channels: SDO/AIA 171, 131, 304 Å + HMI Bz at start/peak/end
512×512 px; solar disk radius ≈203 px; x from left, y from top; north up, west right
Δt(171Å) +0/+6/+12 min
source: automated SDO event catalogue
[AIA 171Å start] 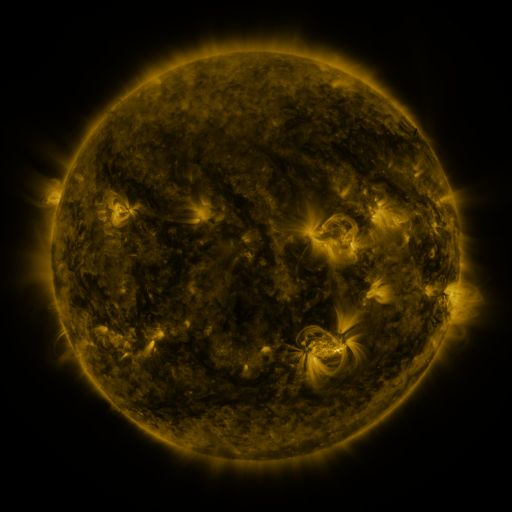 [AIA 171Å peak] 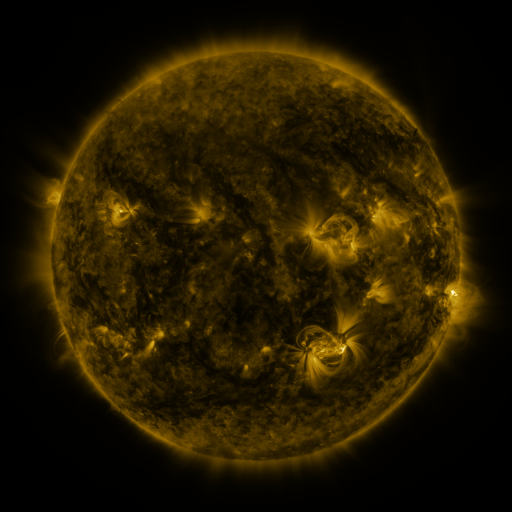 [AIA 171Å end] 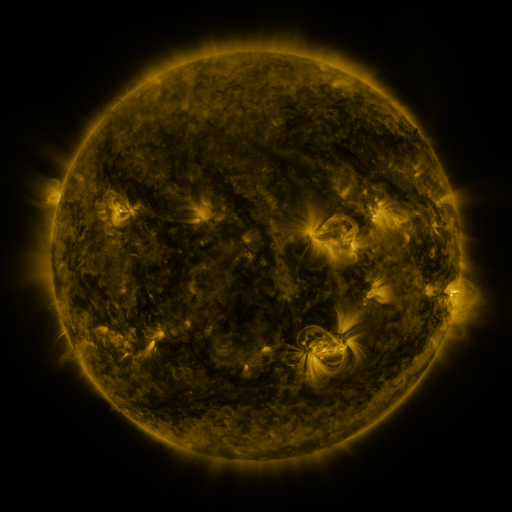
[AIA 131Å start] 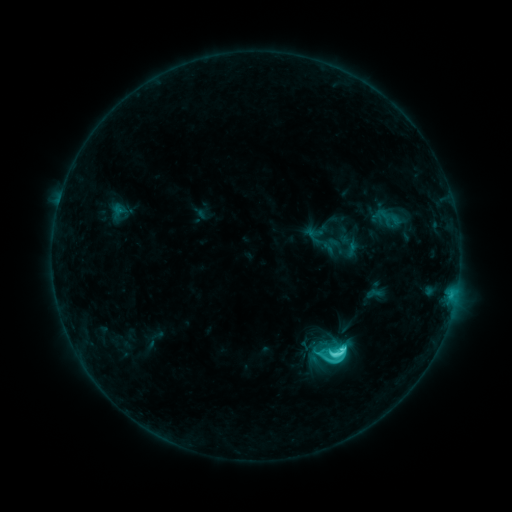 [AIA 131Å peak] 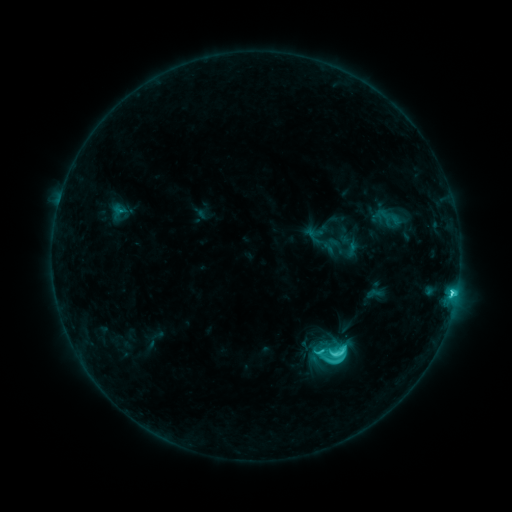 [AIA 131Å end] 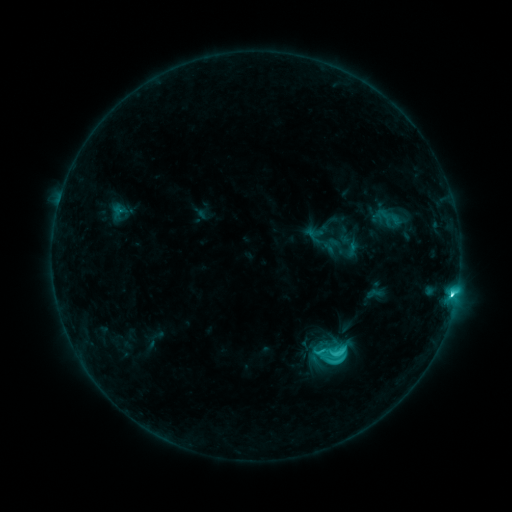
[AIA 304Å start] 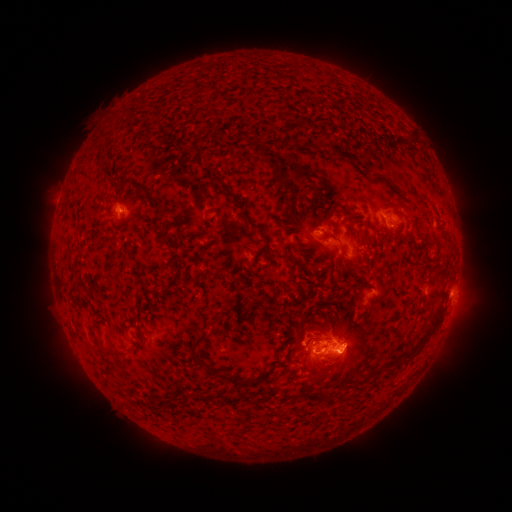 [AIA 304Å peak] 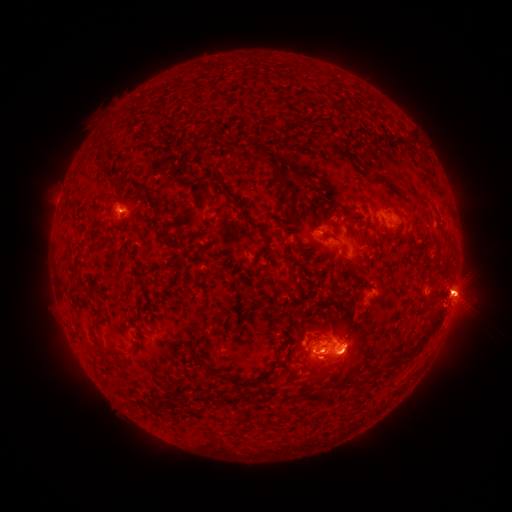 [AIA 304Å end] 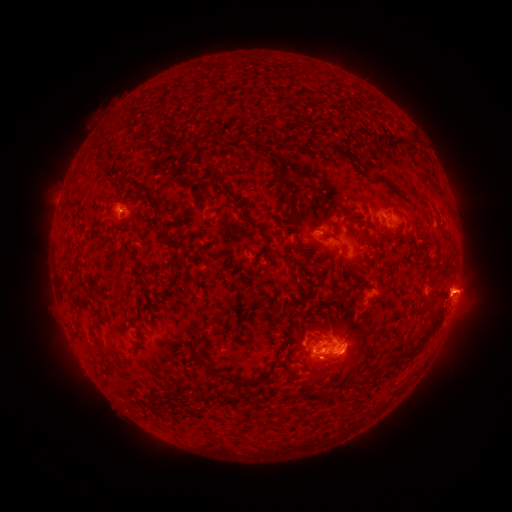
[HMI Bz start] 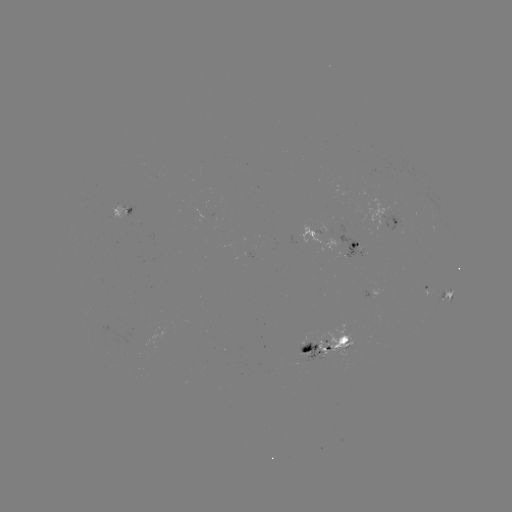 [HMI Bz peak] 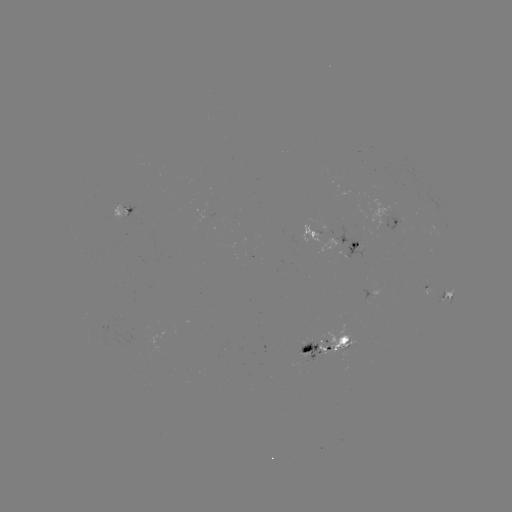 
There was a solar eruption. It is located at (462, 292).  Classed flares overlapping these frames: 1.